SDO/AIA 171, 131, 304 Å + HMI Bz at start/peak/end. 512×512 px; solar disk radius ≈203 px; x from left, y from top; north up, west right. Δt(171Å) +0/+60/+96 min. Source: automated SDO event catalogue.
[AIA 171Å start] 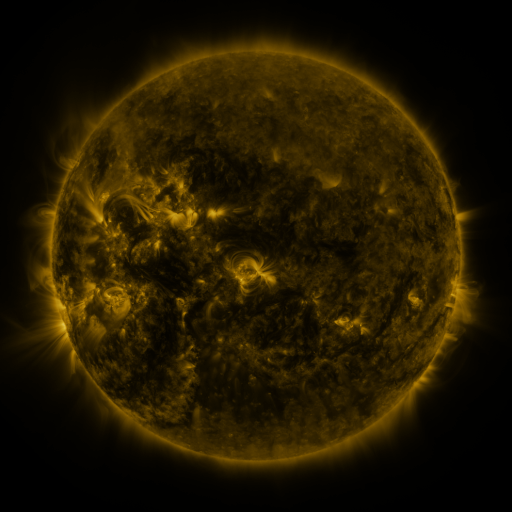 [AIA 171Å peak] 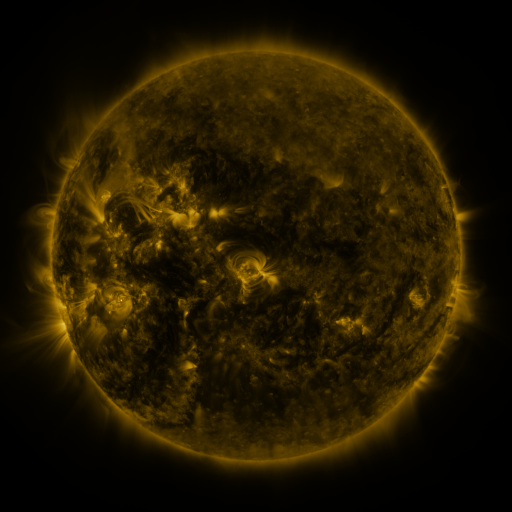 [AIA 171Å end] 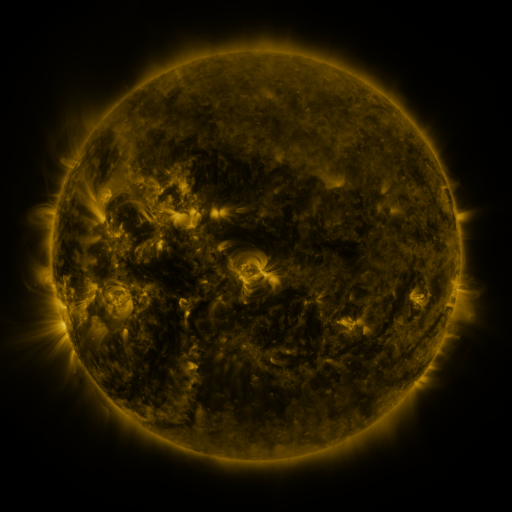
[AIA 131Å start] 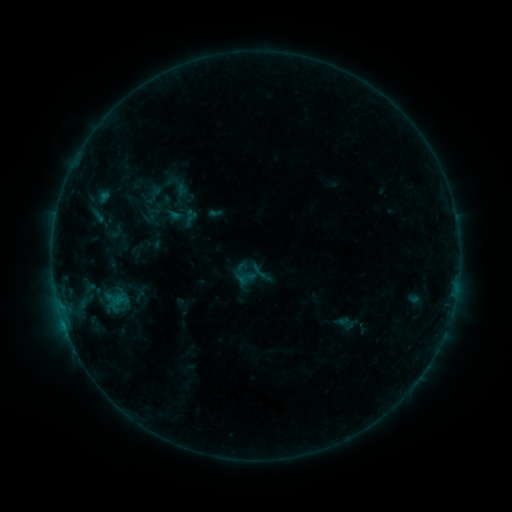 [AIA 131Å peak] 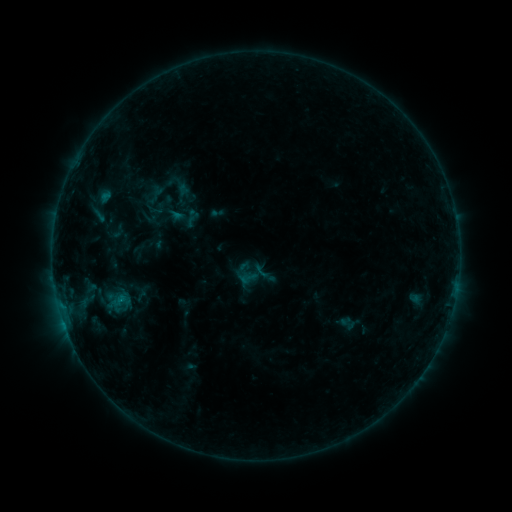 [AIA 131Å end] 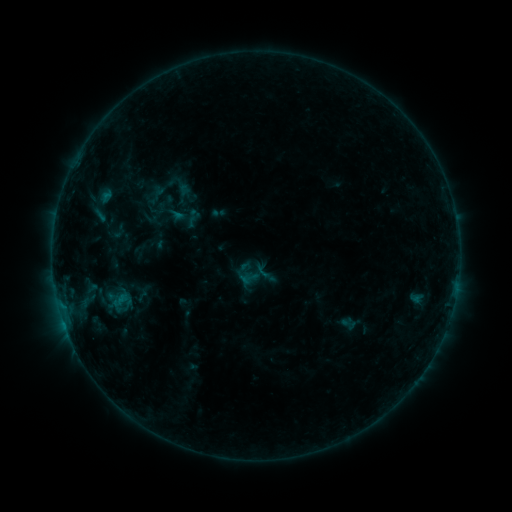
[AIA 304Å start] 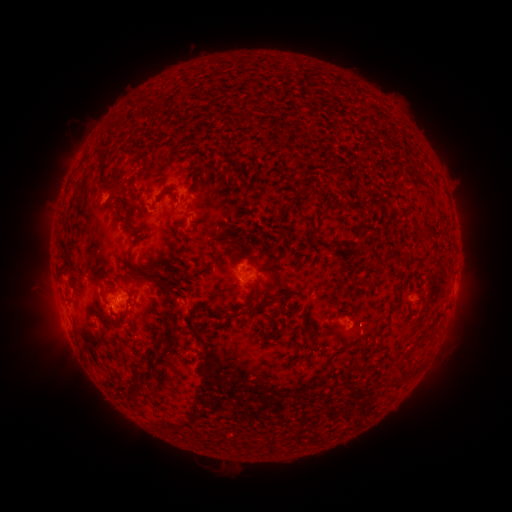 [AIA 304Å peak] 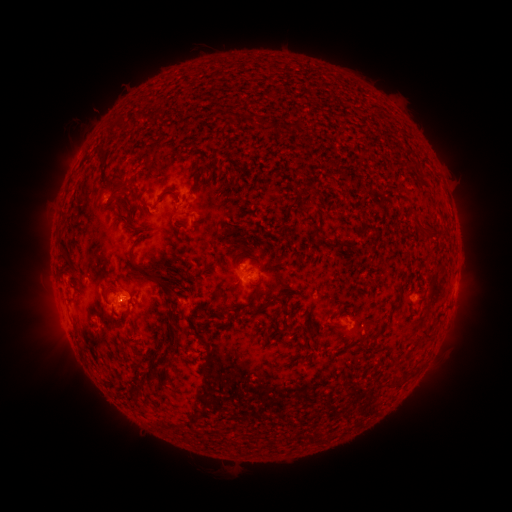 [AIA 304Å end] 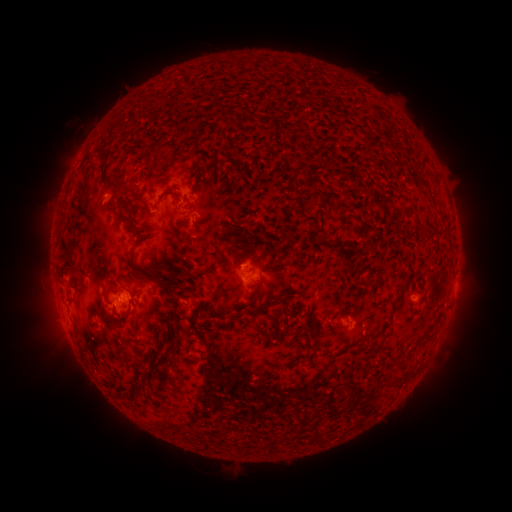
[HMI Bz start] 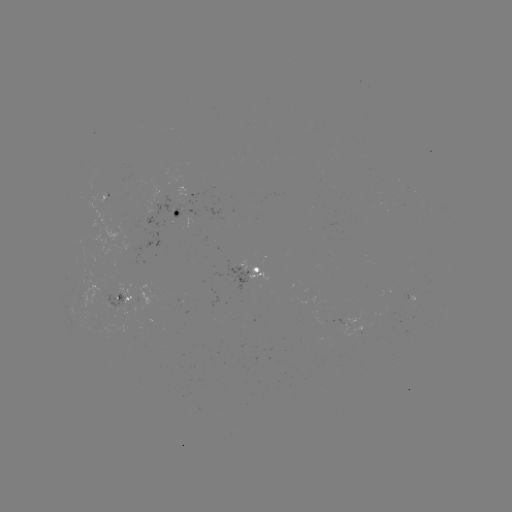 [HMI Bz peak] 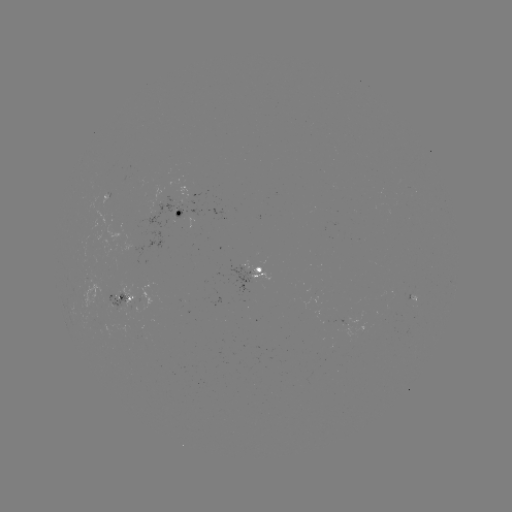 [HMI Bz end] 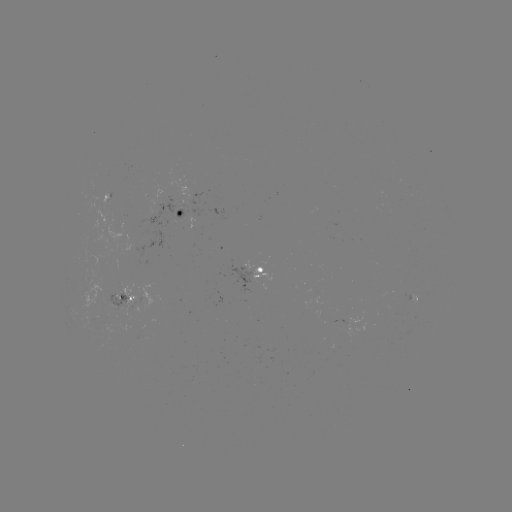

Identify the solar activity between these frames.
emerging-flux region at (118, 298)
